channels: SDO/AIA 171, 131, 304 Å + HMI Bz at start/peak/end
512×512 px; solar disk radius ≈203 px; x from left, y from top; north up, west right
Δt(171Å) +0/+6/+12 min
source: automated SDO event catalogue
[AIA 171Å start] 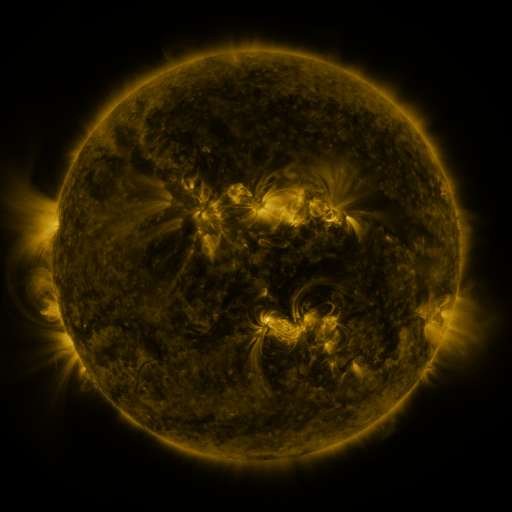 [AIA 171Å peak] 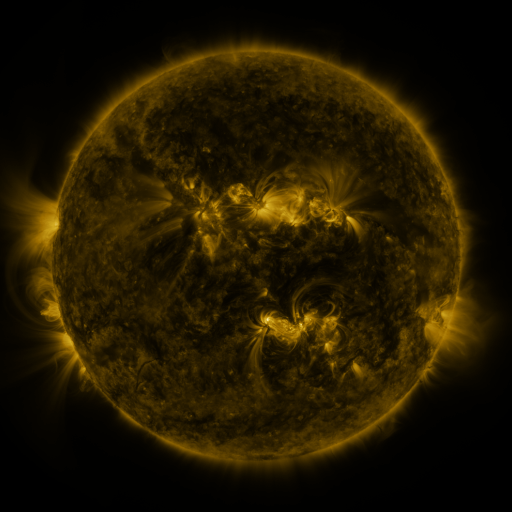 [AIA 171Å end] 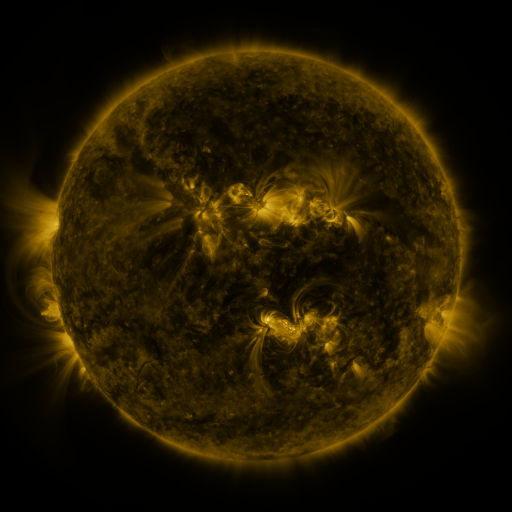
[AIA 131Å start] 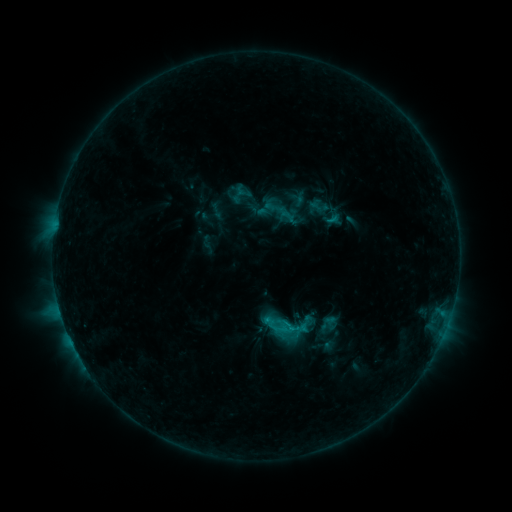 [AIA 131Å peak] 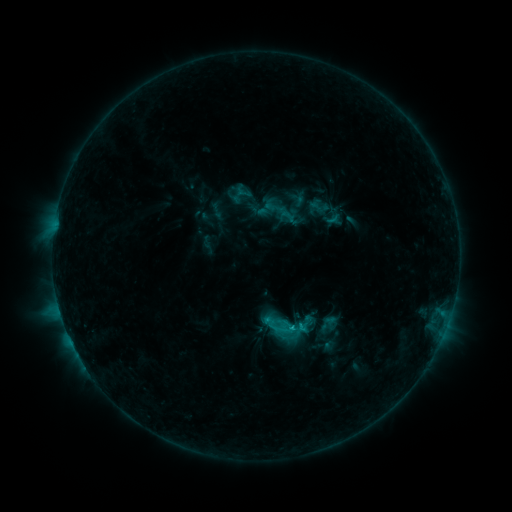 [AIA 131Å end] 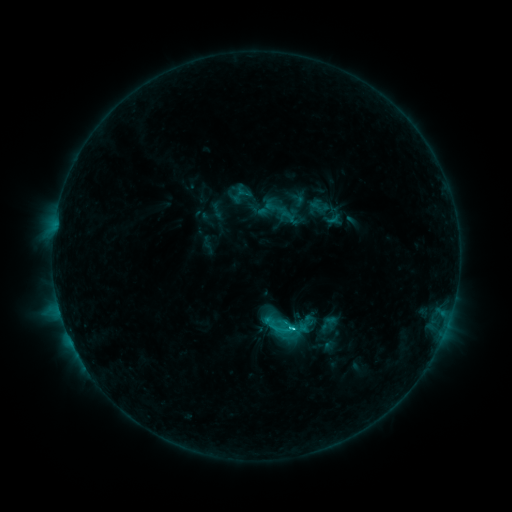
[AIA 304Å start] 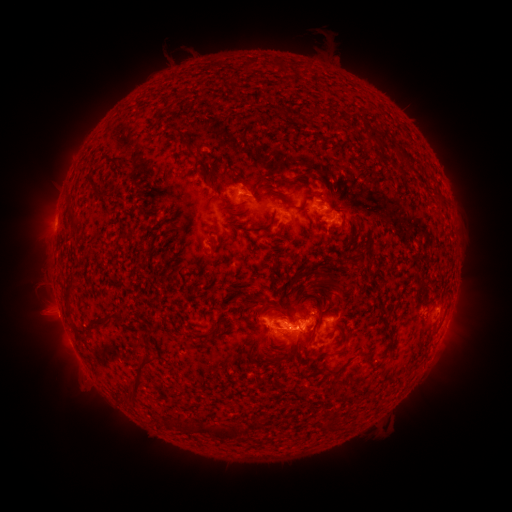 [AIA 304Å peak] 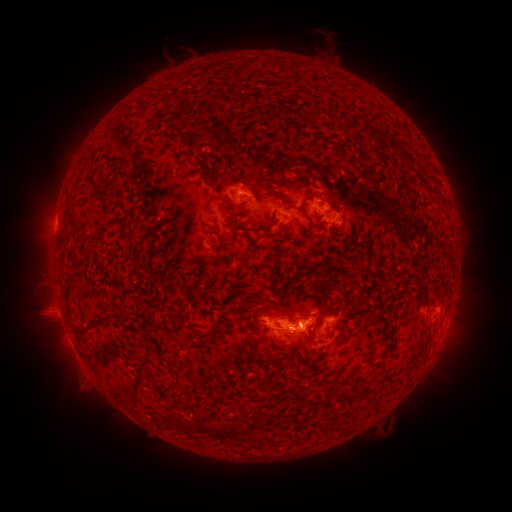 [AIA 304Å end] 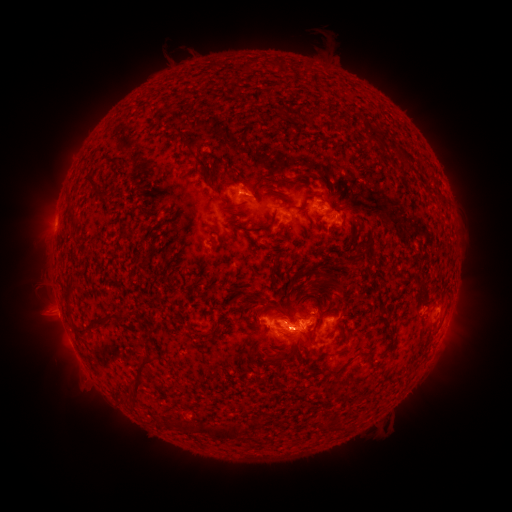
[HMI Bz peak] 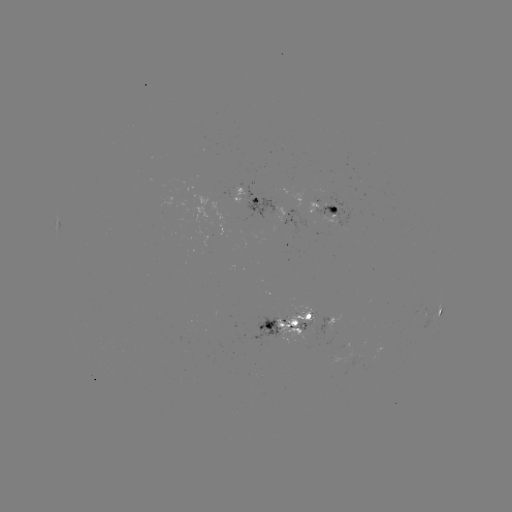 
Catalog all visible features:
C2.9 flare: (289, 326)
